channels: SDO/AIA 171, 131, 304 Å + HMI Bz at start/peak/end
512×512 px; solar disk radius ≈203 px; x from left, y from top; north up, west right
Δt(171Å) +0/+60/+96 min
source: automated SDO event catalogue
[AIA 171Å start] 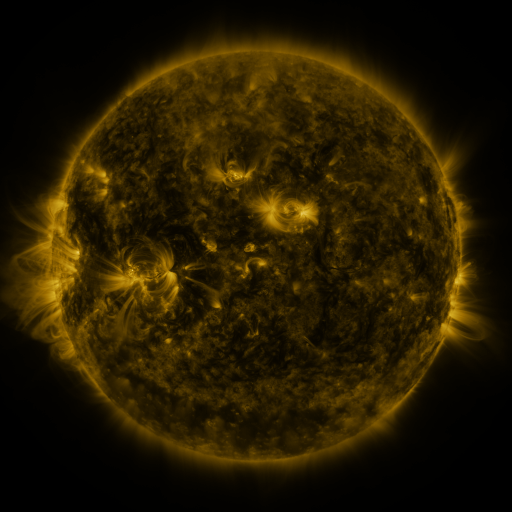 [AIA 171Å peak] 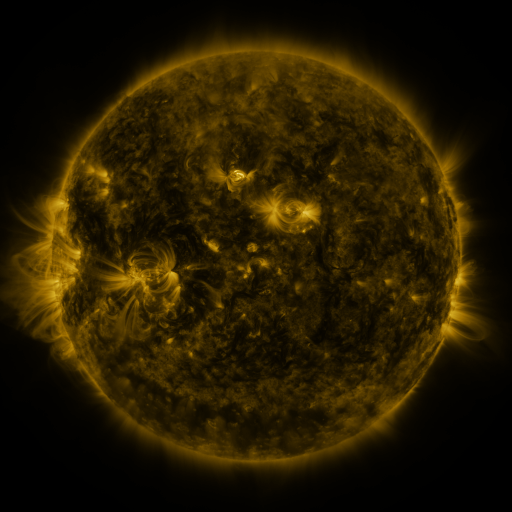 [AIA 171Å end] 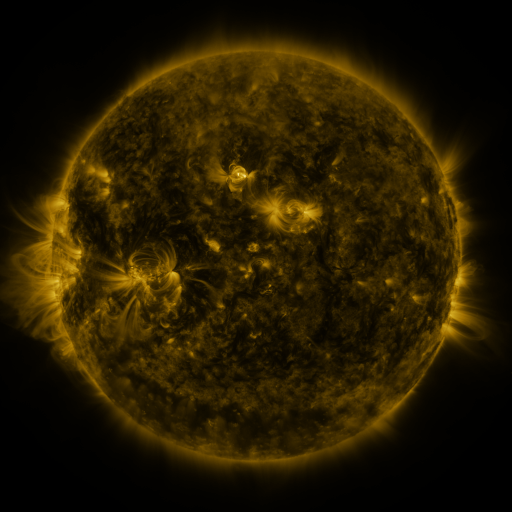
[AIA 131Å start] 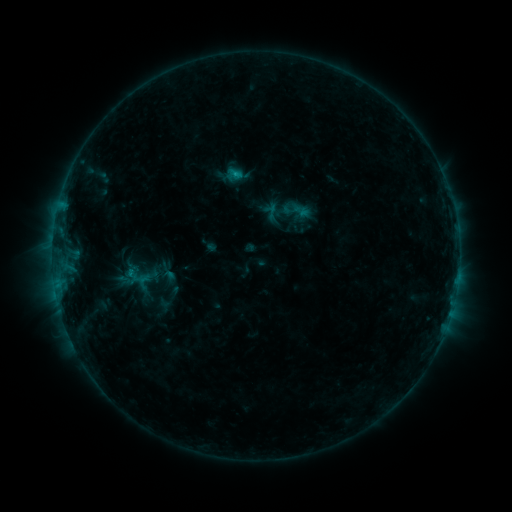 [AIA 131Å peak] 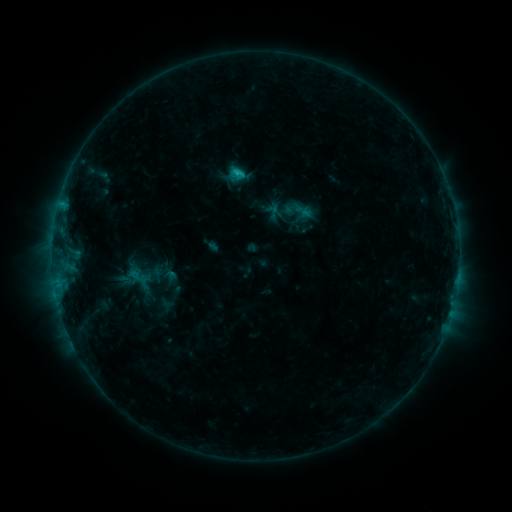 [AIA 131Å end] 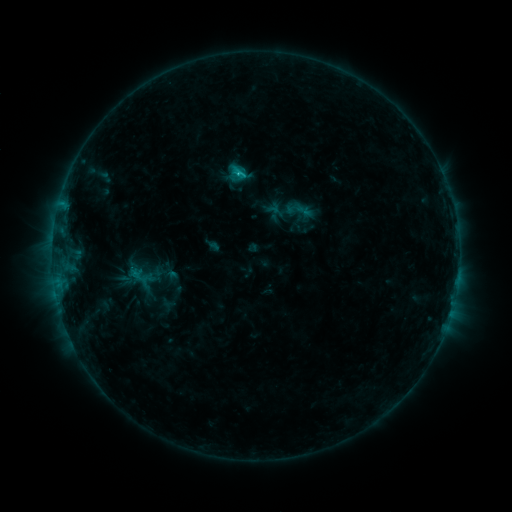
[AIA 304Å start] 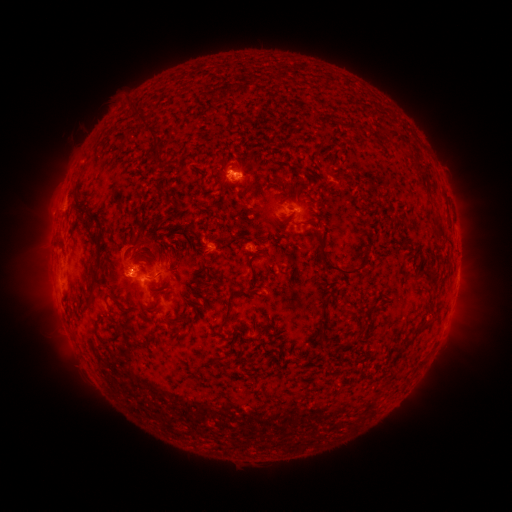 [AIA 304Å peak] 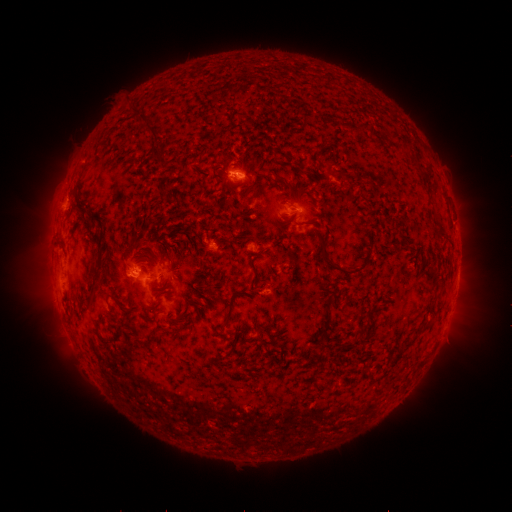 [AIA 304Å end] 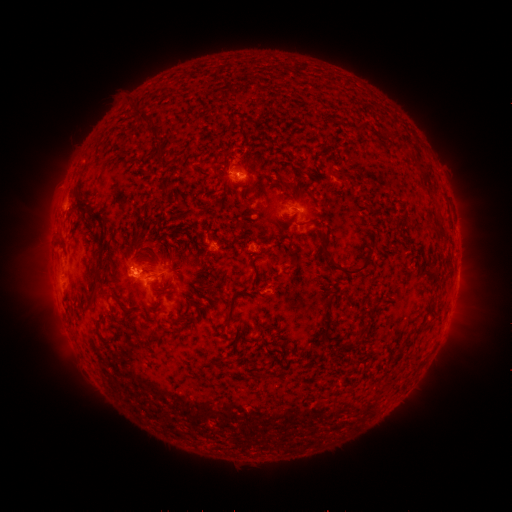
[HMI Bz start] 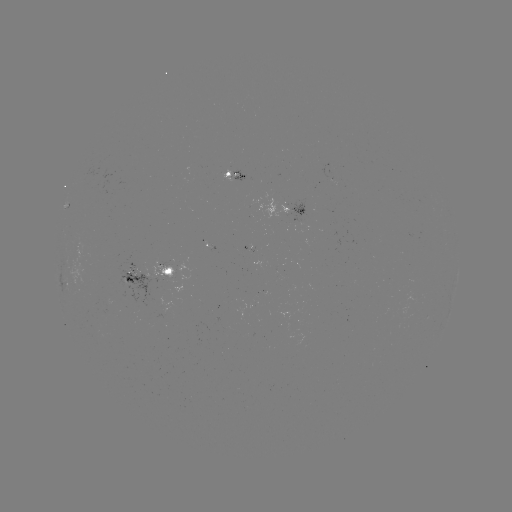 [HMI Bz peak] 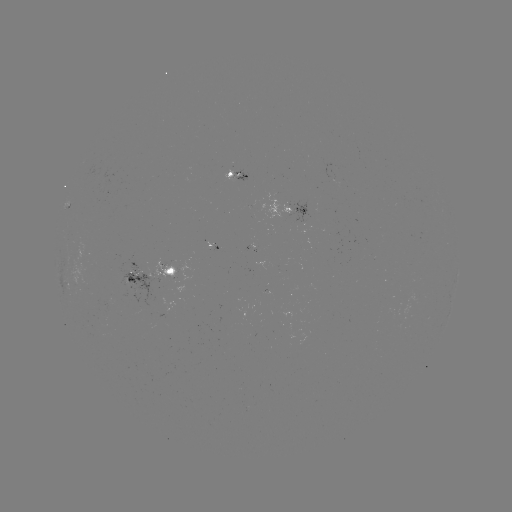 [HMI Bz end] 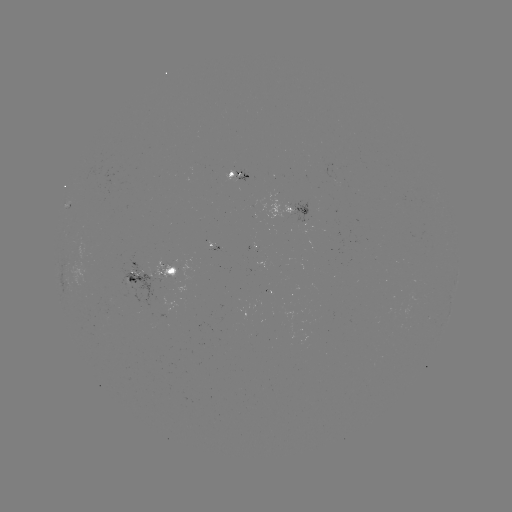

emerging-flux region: [151, 260, 176, 279]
